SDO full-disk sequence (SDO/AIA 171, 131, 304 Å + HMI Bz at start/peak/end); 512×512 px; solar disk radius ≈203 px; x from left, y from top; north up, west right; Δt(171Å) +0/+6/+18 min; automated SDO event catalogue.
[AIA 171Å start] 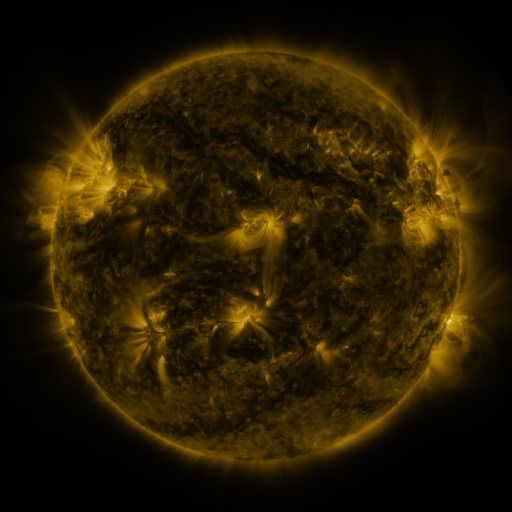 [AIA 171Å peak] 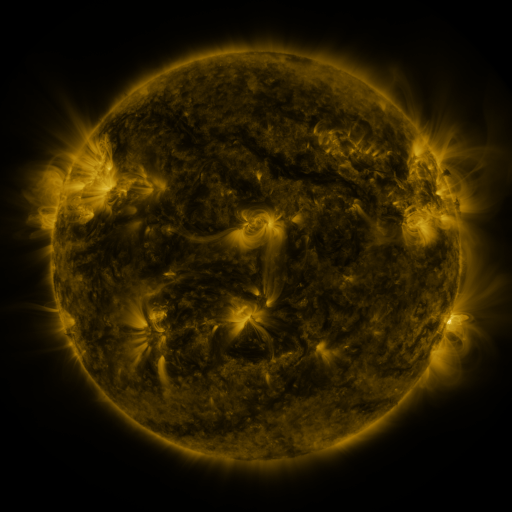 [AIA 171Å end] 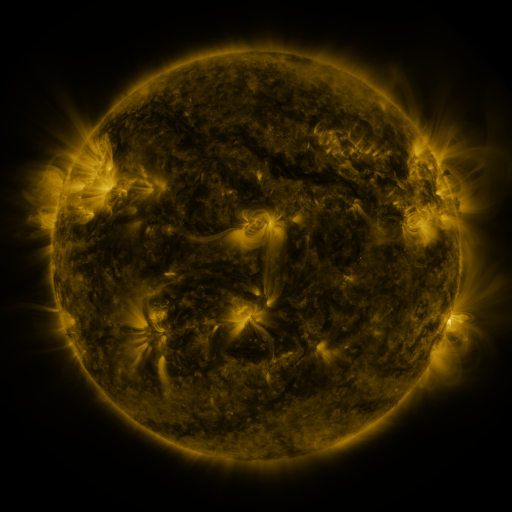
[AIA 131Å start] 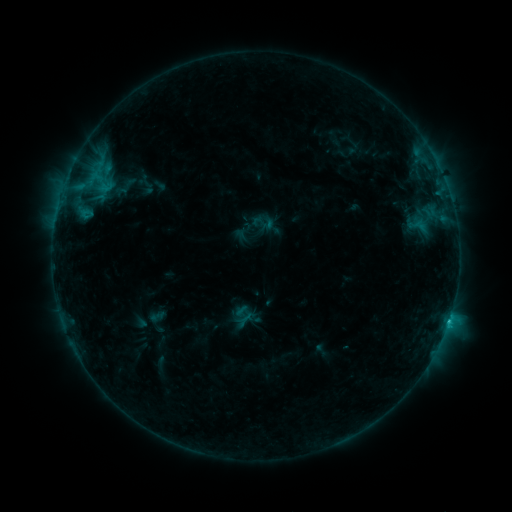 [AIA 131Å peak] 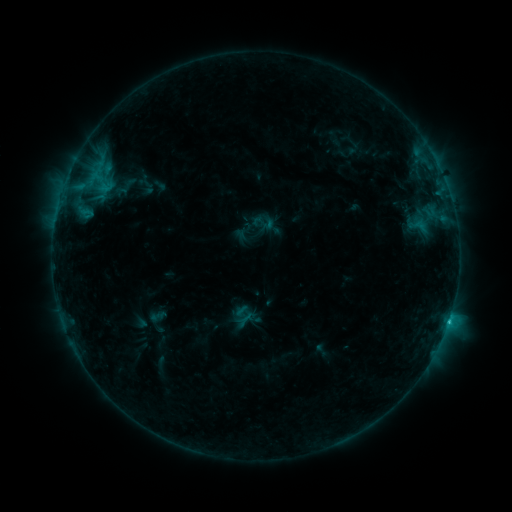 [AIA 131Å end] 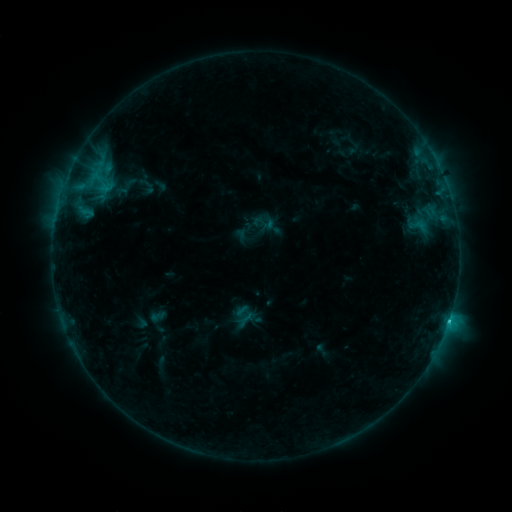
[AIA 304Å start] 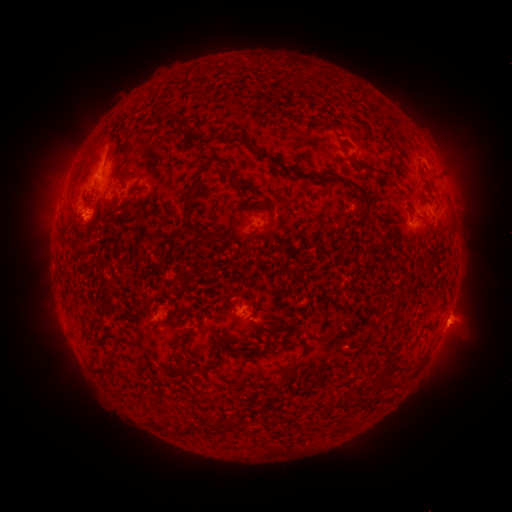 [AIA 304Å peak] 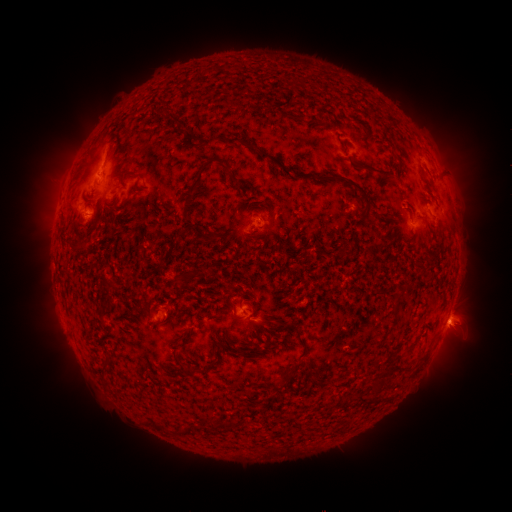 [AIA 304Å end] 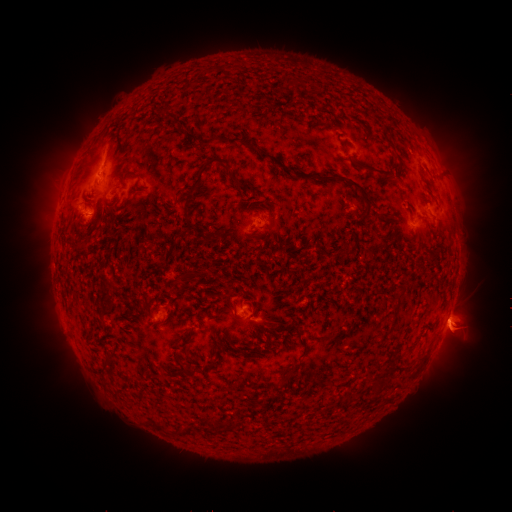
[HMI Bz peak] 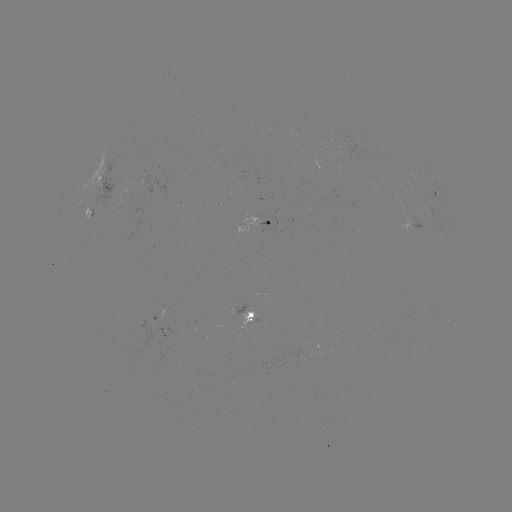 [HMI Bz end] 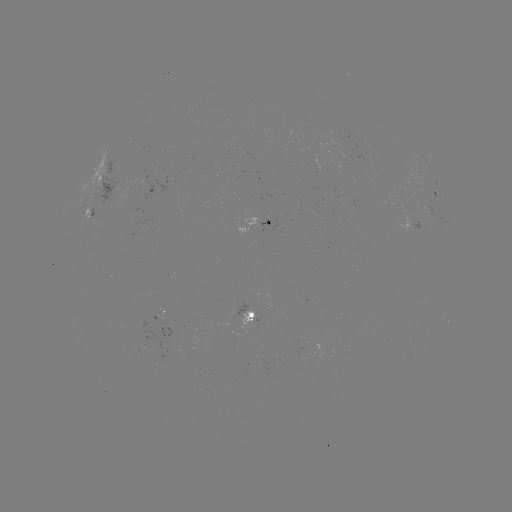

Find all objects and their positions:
C1.9 flare: (449, 318)
